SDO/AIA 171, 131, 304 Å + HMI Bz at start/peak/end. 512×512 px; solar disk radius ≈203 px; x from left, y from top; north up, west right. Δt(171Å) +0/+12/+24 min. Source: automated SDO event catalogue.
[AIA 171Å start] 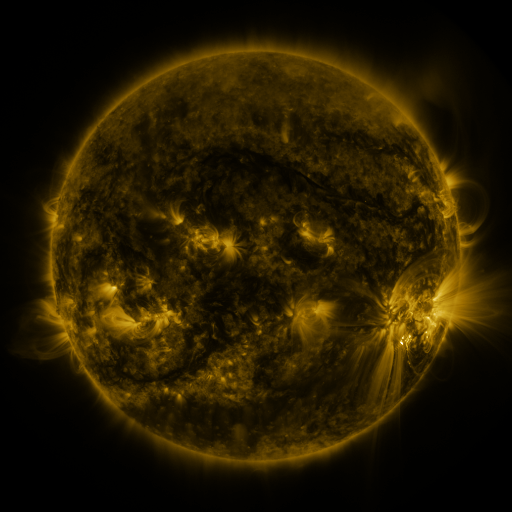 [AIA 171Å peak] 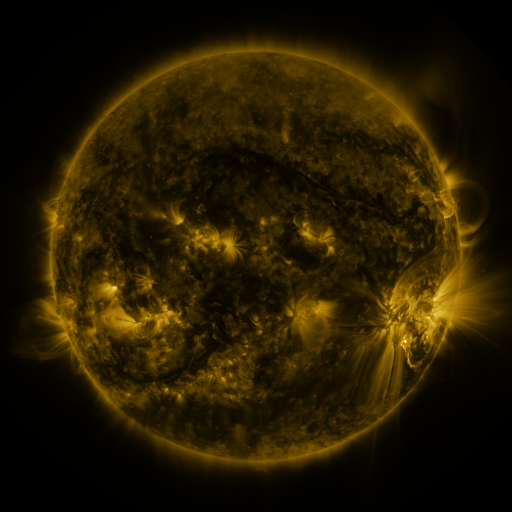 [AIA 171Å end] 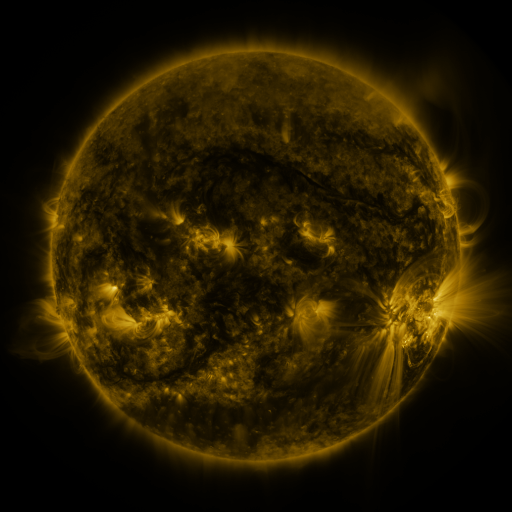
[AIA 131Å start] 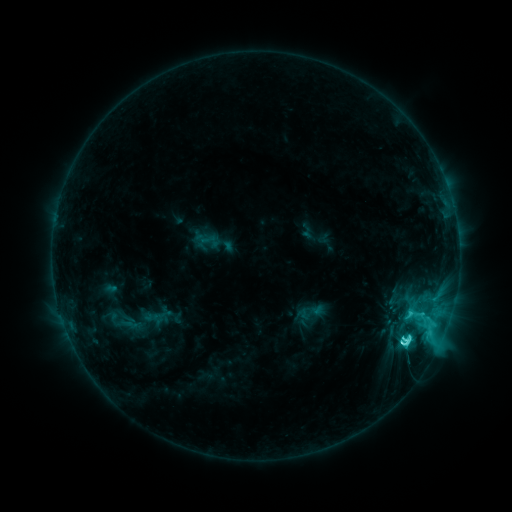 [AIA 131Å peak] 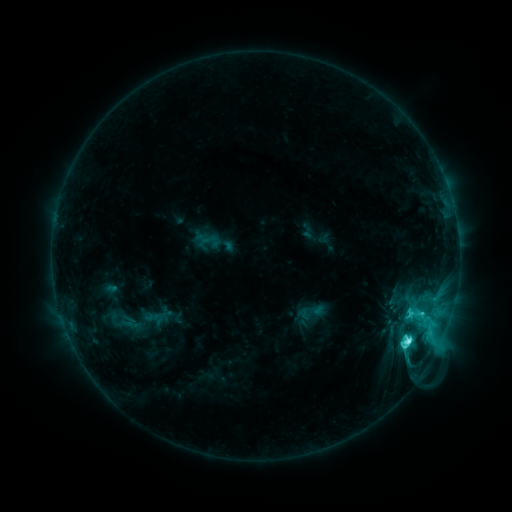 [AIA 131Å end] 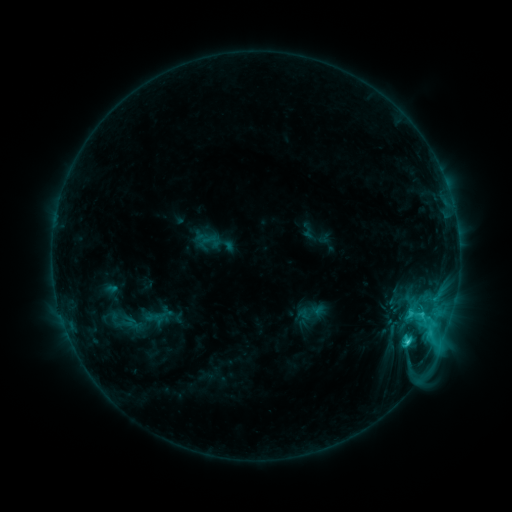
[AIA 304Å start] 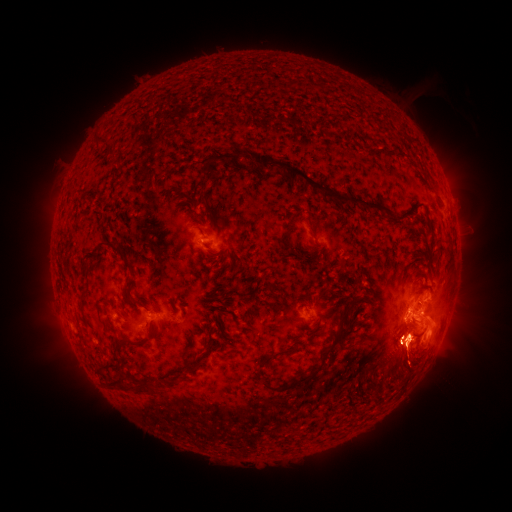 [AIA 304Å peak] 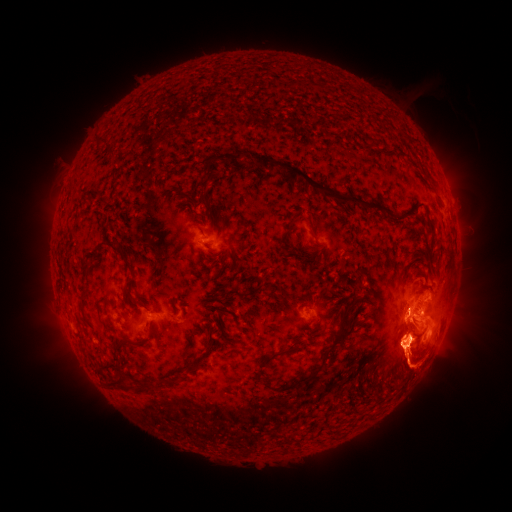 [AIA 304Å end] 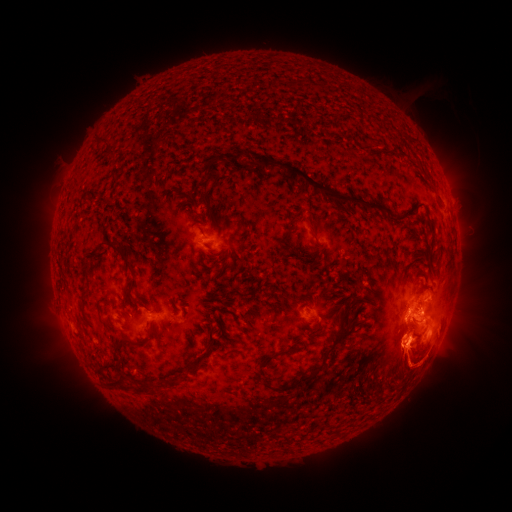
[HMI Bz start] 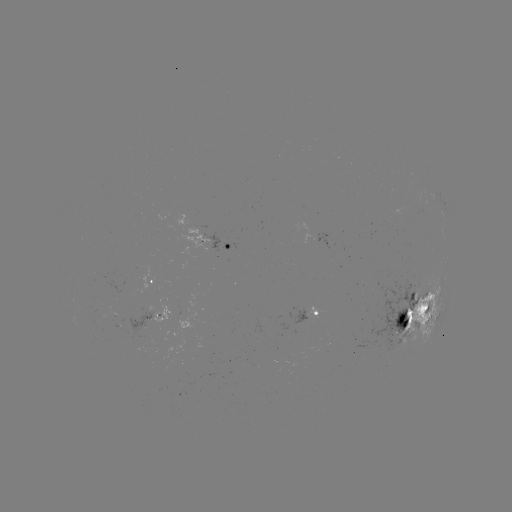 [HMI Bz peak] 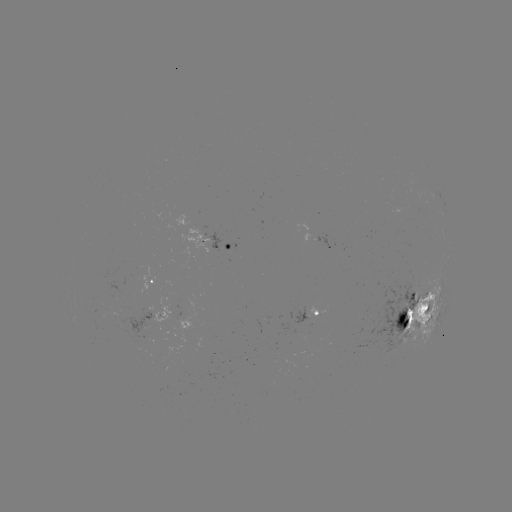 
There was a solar eruption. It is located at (416, 367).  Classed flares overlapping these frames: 1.